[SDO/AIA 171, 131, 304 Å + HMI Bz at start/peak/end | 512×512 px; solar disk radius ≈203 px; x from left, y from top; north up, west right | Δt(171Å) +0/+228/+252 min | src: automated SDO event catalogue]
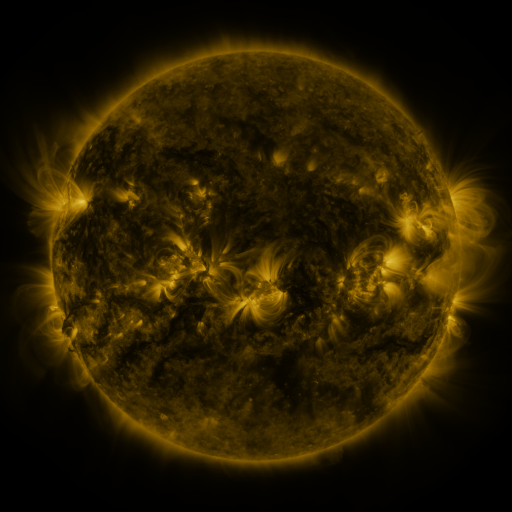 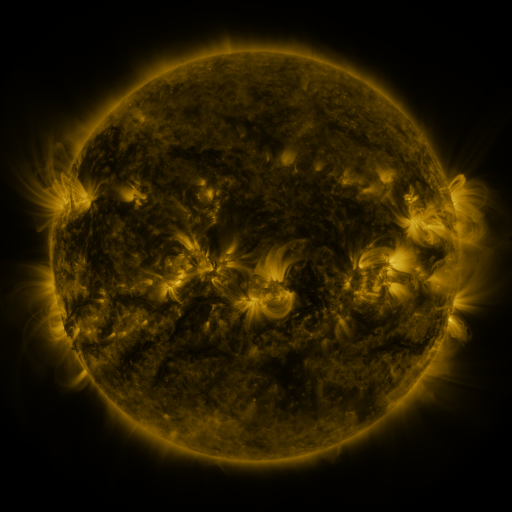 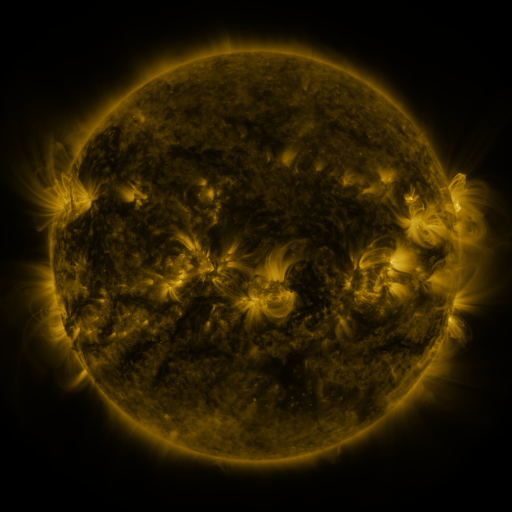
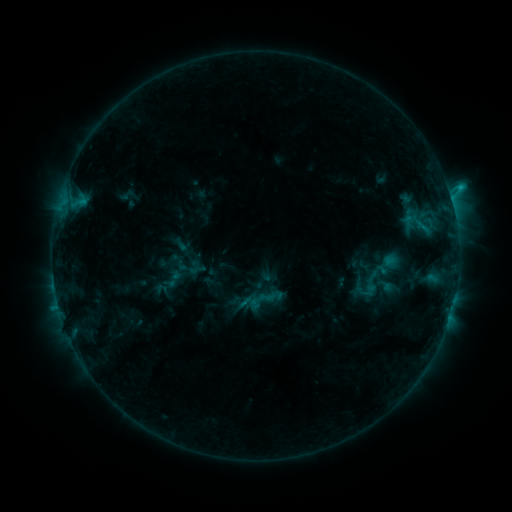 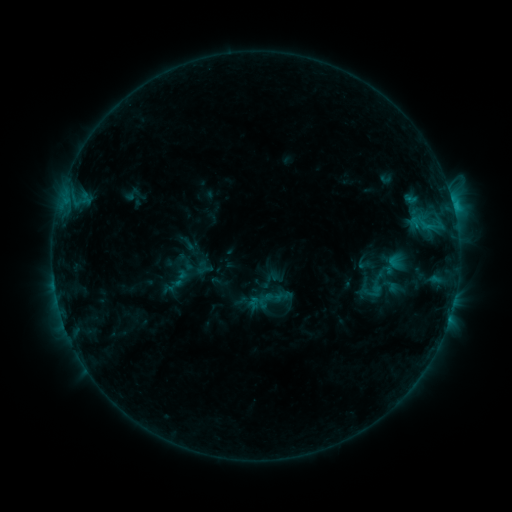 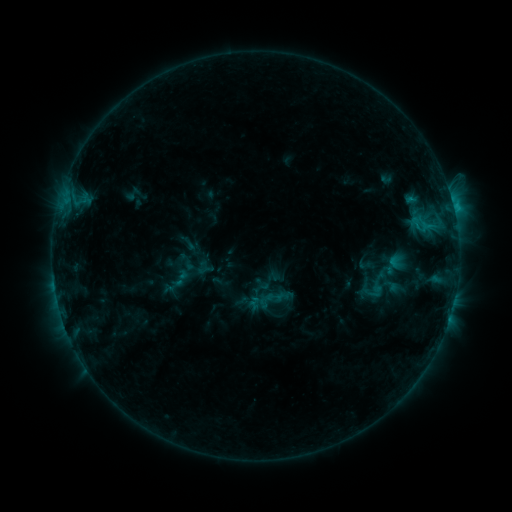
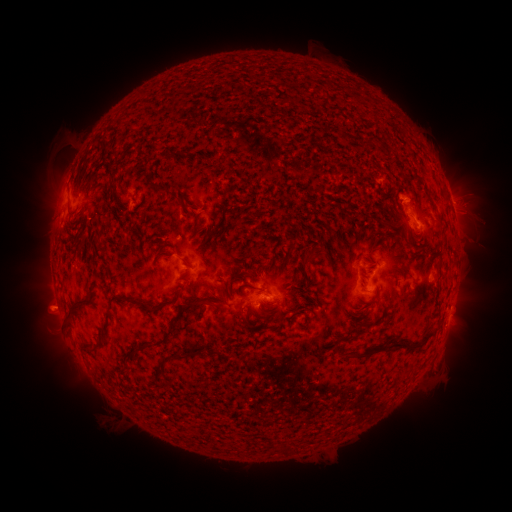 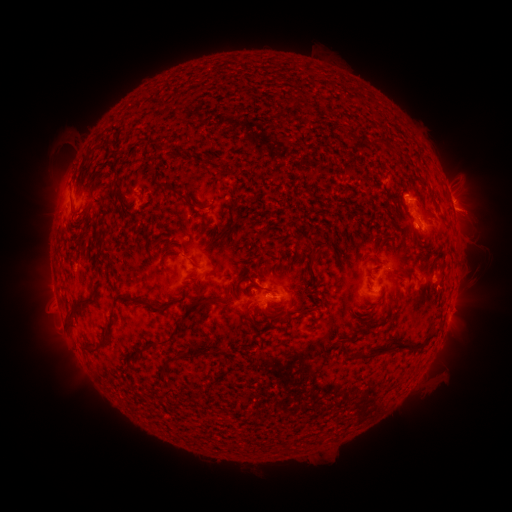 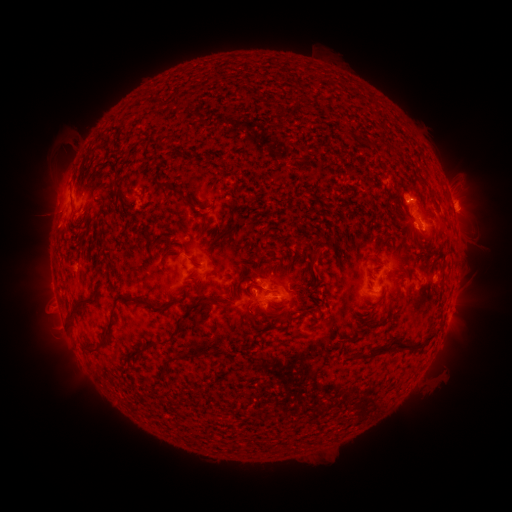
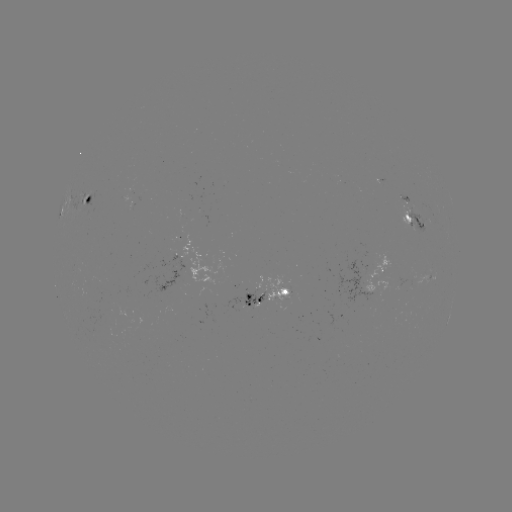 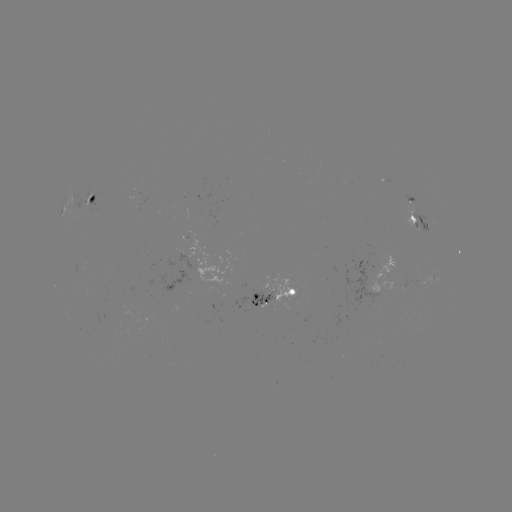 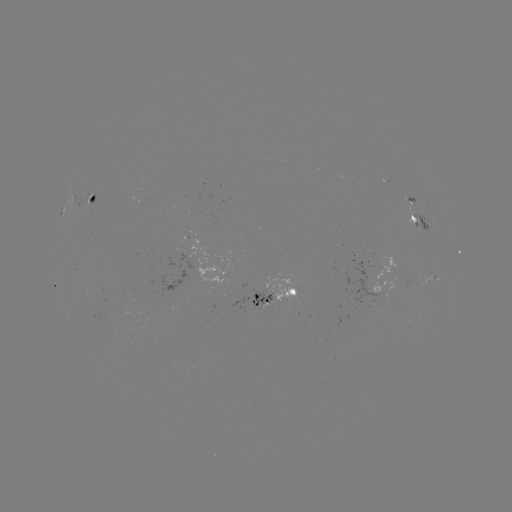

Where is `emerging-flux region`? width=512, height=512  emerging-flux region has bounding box [401, 193, 416, 206].